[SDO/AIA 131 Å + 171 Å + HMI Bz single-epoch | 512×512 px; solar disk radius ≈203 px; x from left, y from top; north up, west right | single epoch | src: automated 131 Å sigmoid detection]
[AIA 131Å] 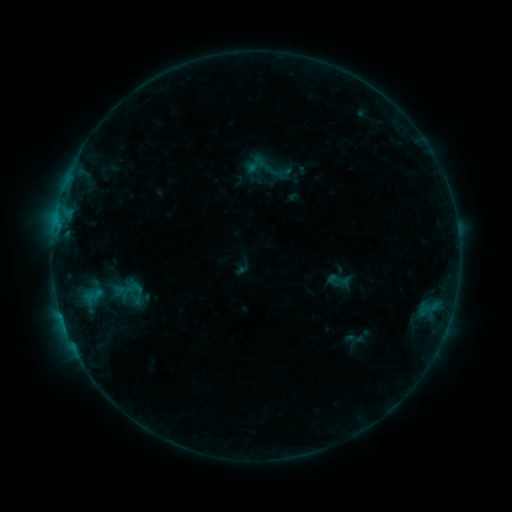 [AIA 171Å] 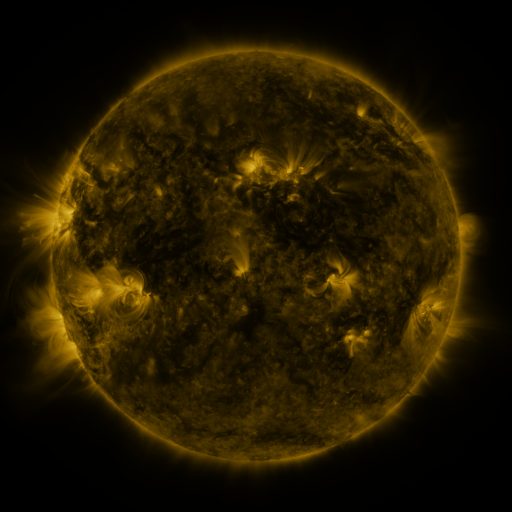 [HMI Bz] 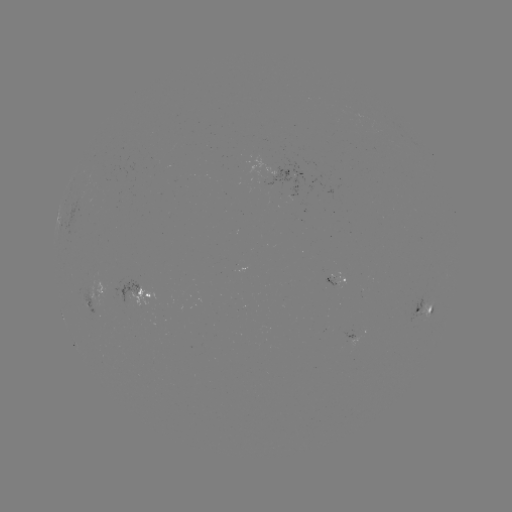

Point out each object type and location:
sigmoid: (325, 266, 351, 294)
sigmoid: (117, 285, 143, 305)
